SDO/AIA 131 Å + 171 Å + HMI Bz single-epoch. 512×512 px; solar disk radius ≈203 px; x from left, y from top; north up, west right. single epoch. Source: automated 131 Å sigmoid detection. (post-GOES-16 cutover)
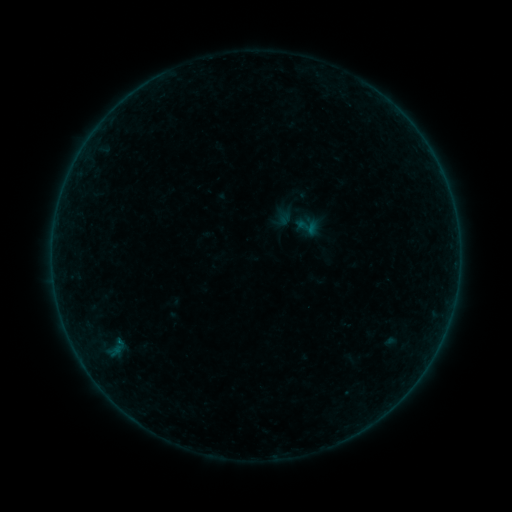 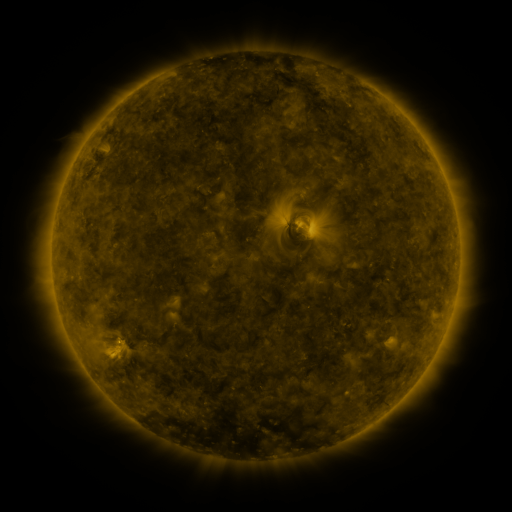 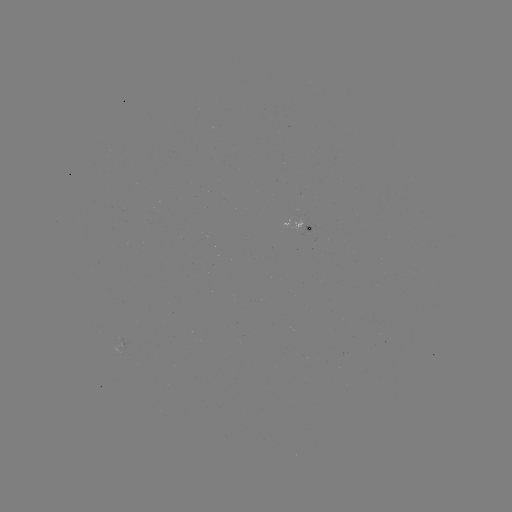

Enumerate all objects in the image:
sigmoid: <bbox>294, 213, 320, 240</bbox>
